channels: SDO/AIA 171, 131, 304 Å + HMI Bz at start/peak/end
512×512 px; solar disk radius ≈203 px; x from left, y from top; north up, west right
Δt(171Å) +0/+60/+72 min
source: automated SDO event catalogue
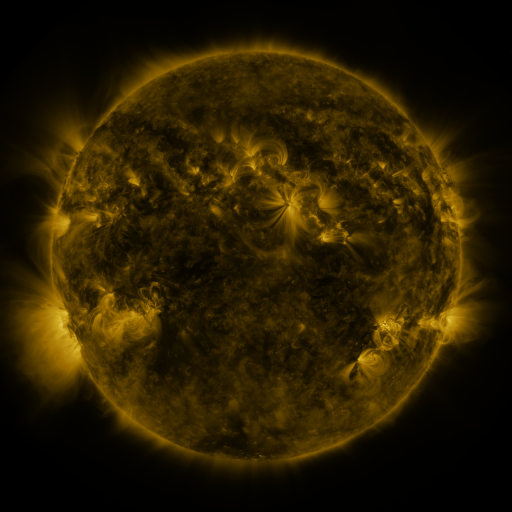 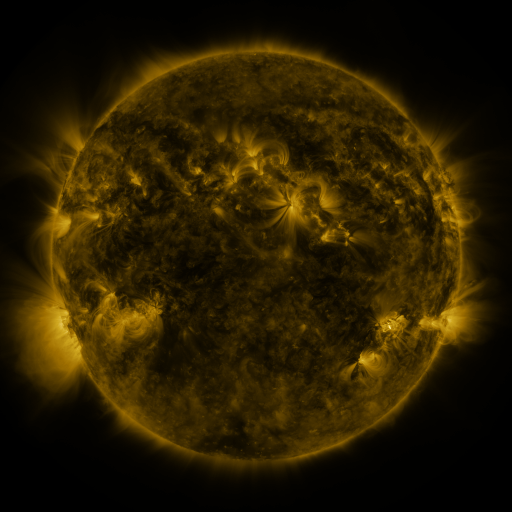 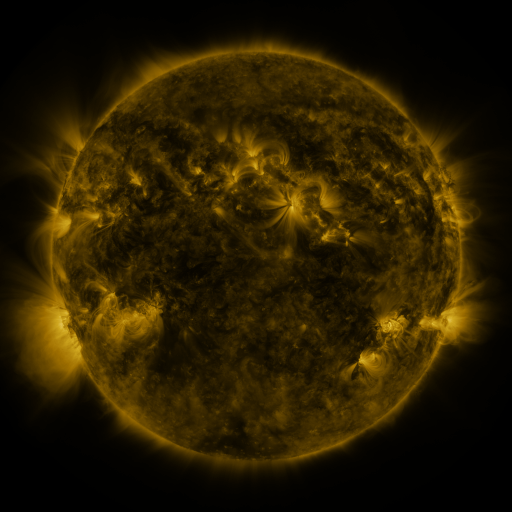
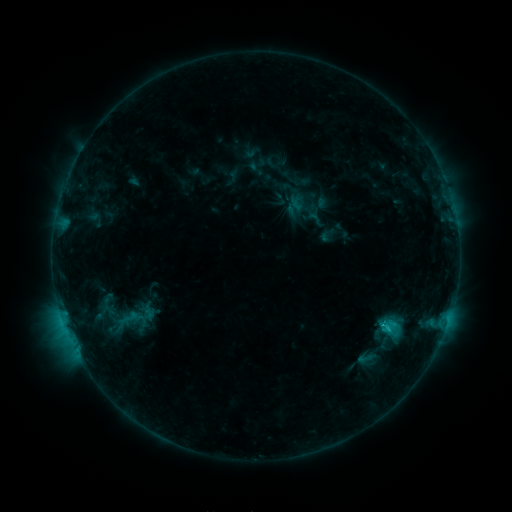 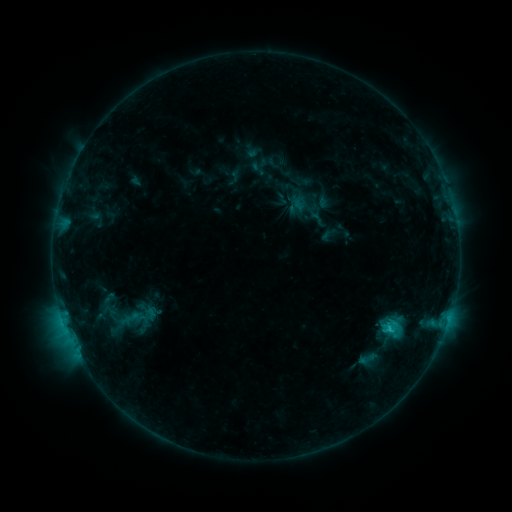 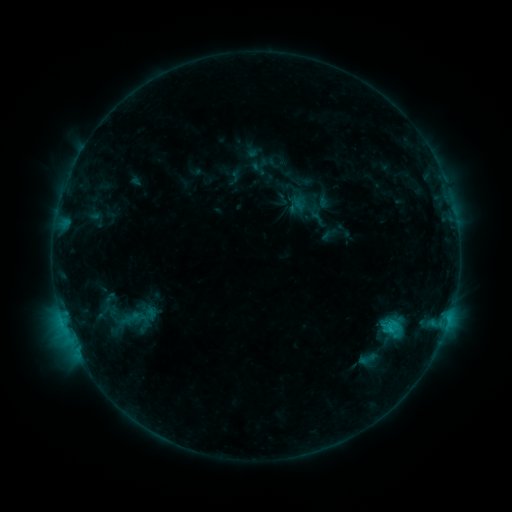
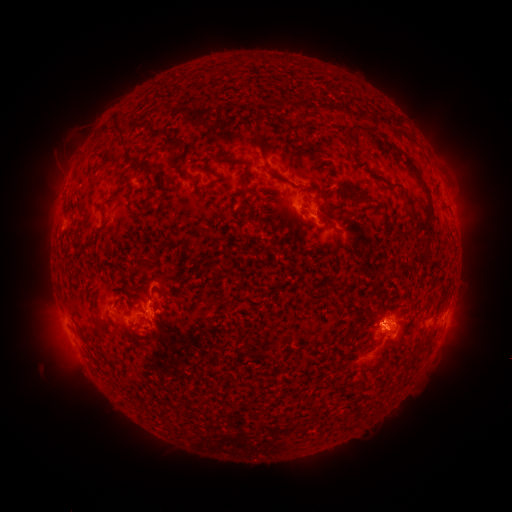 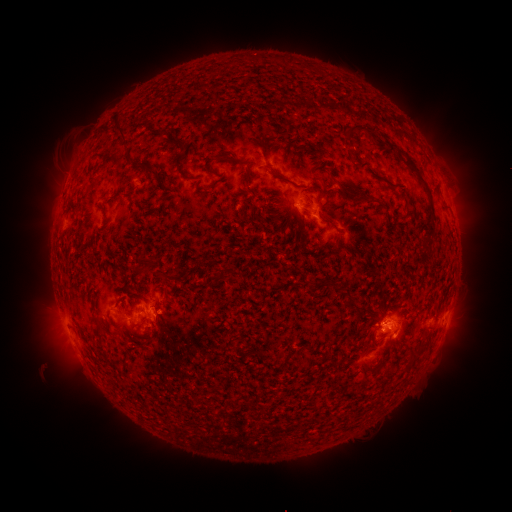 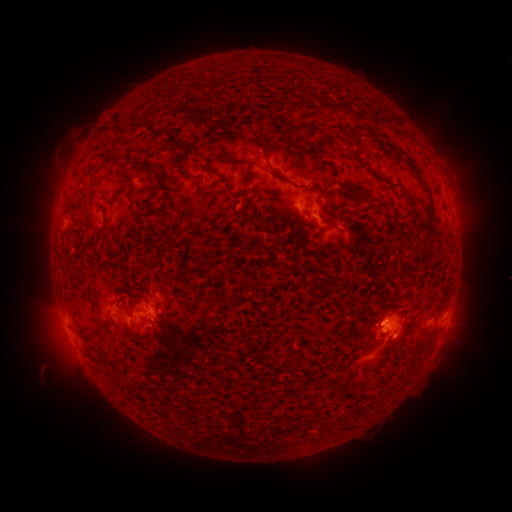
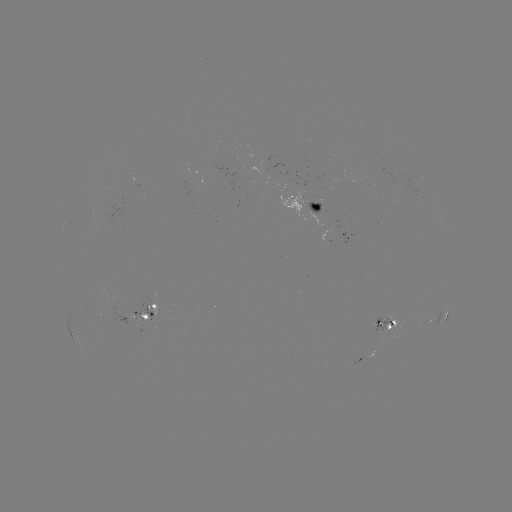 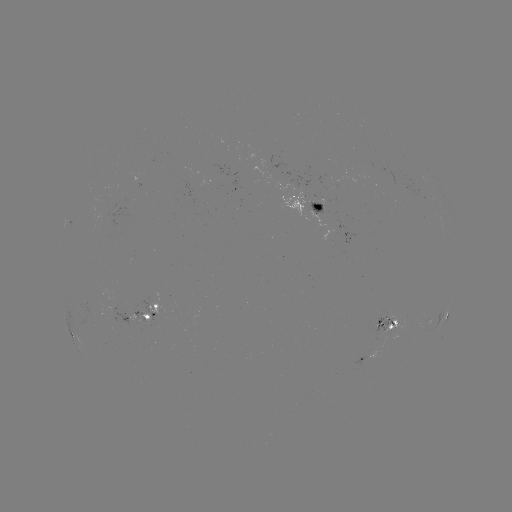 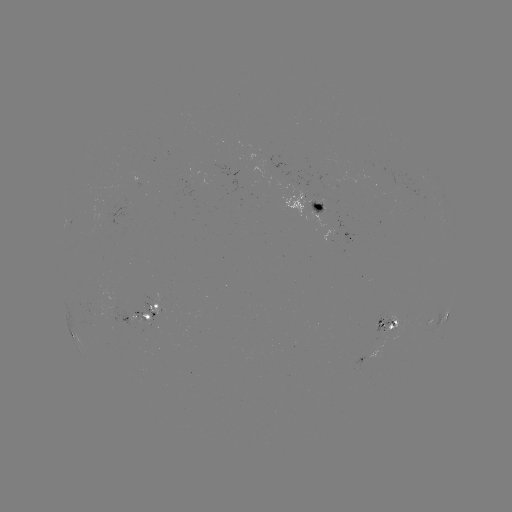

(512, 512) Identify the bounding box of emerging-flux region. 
[305, 201, 325, 216].